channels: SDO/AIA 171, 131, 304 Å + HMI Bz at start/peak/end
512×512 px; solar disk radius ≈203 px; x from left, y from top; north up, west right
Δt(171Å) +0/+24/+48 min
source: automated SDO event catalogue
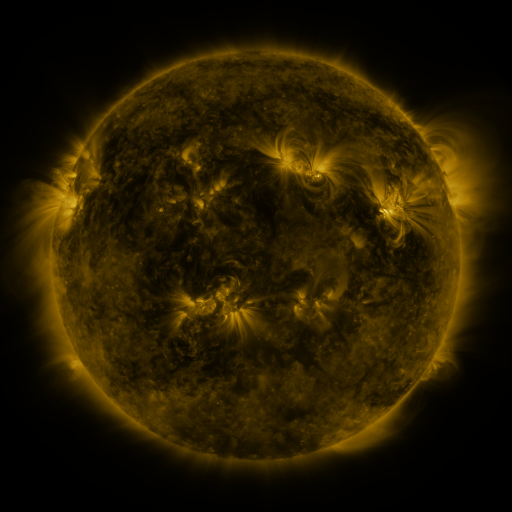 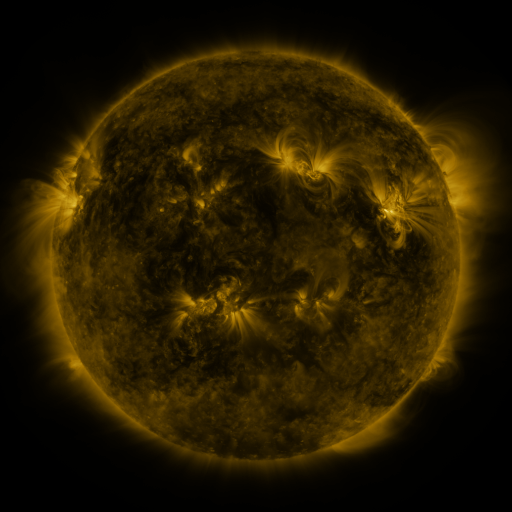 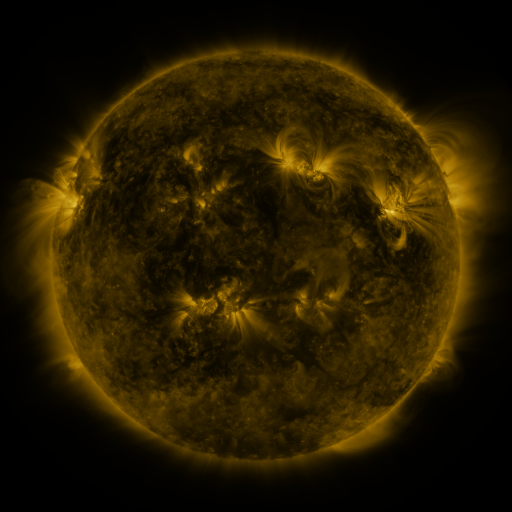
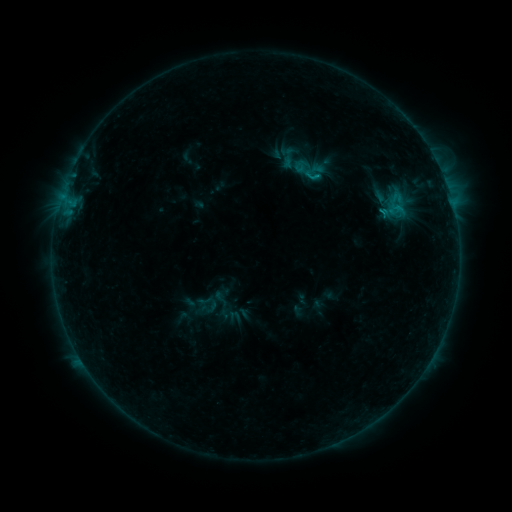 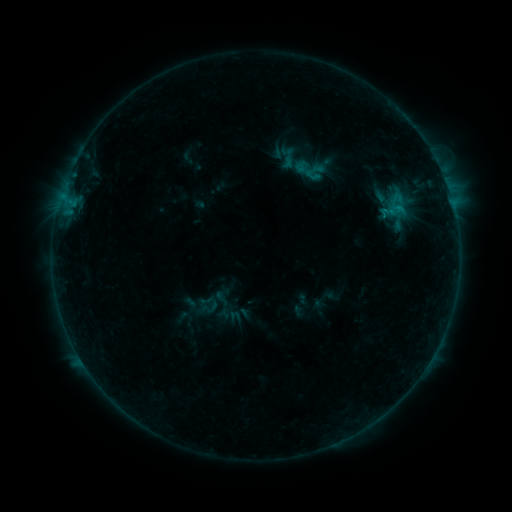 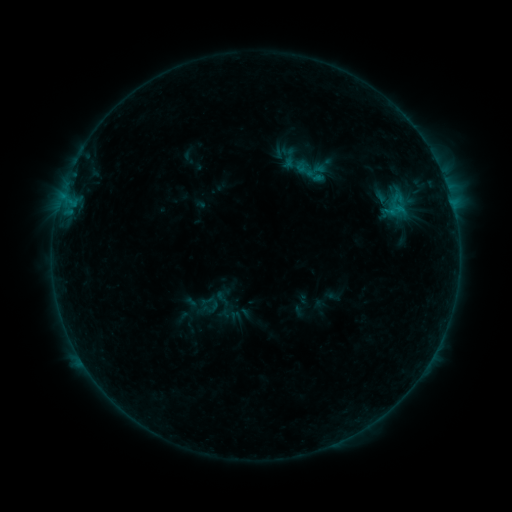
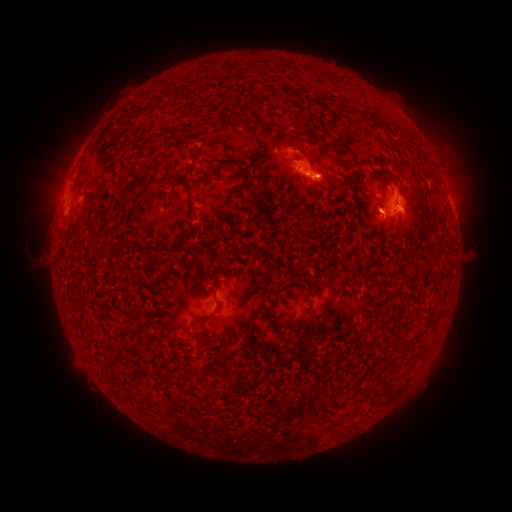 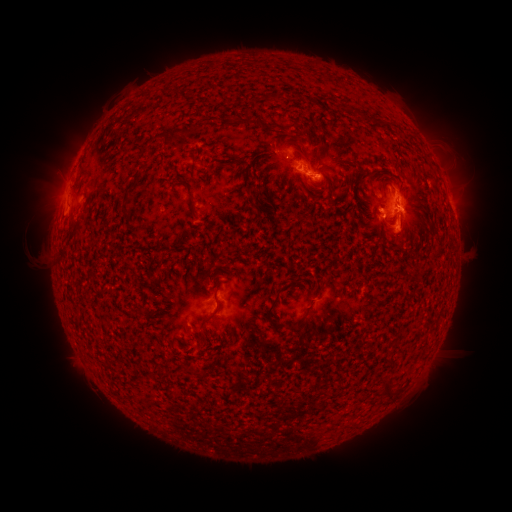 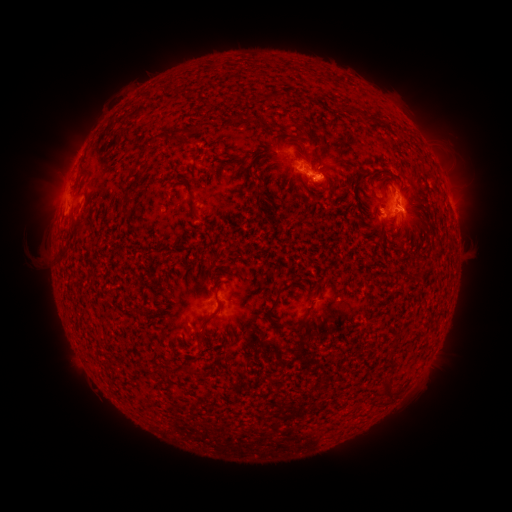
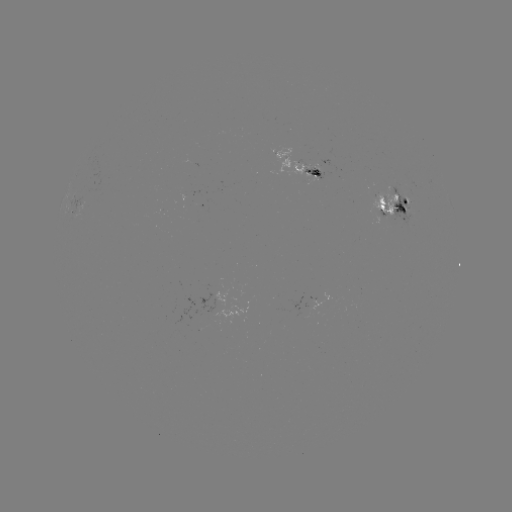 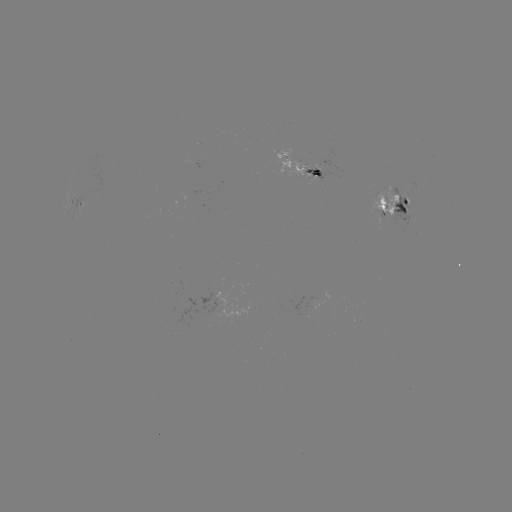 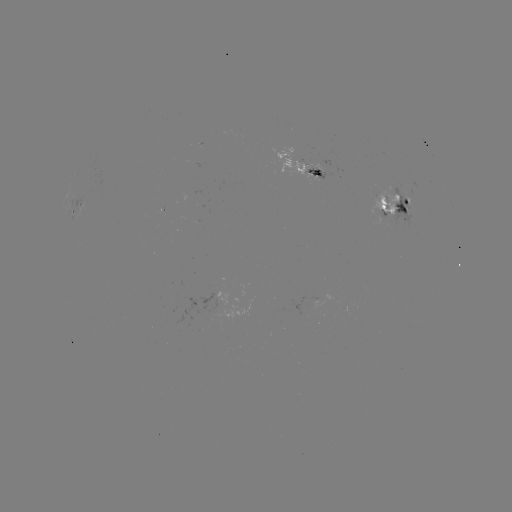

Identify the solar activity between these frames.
emerging-flux region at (387, 208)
